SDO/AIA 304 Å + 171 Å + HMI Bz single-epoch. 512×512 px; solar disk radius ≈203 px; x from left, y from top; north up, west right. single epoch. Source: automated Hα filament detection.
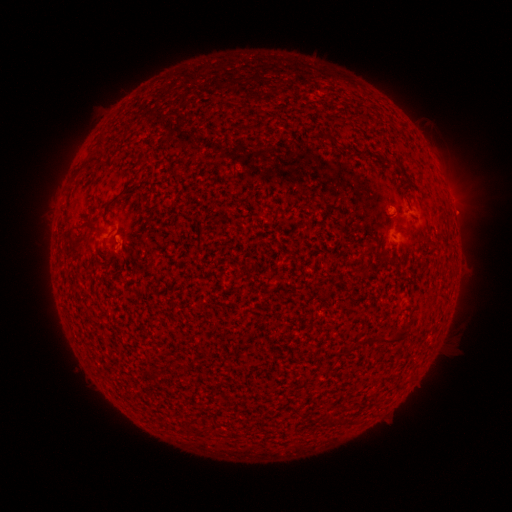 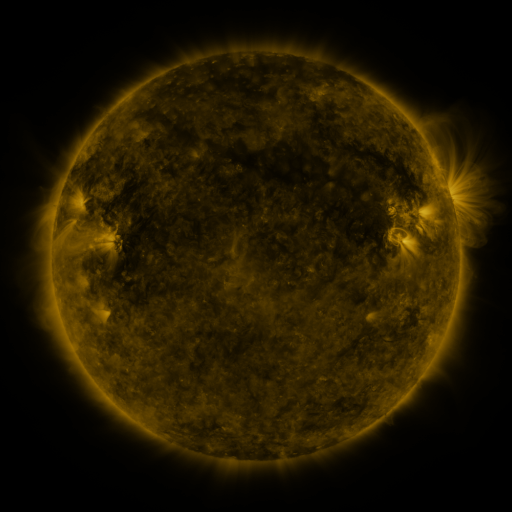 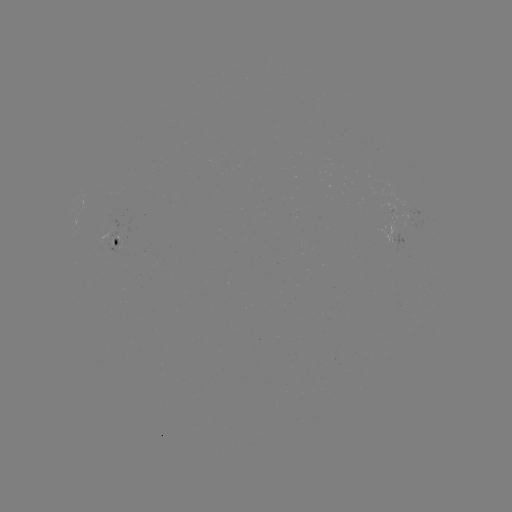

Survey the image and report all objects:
filament: (100, 141)
filament: (112, 202)
filament: (91, 226)
filament: (115, 259)
filament: (386, 340)
filament: (328, 417)
